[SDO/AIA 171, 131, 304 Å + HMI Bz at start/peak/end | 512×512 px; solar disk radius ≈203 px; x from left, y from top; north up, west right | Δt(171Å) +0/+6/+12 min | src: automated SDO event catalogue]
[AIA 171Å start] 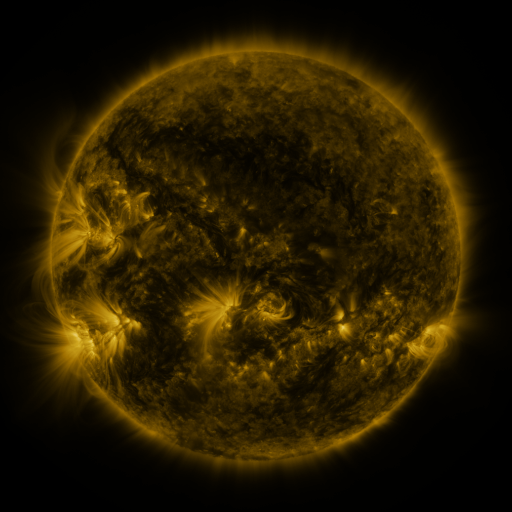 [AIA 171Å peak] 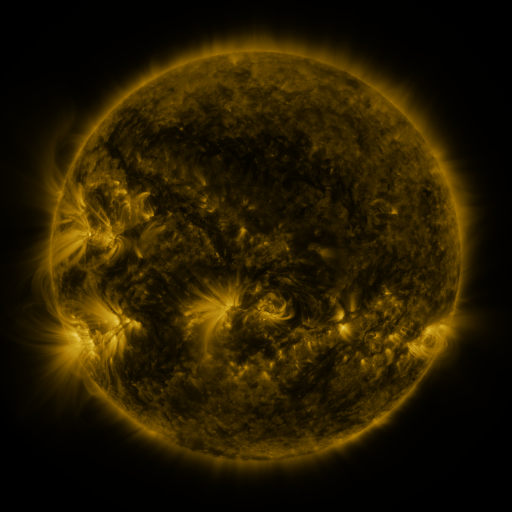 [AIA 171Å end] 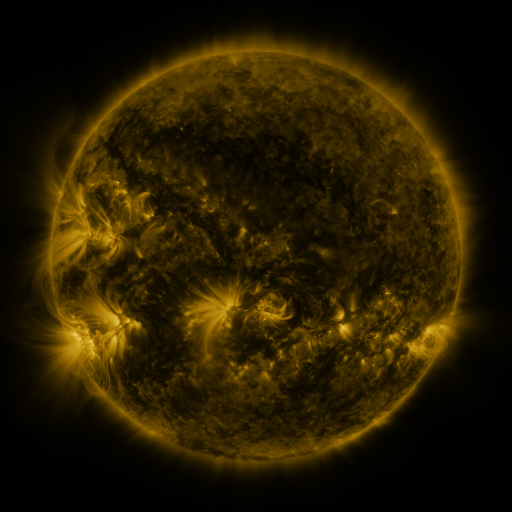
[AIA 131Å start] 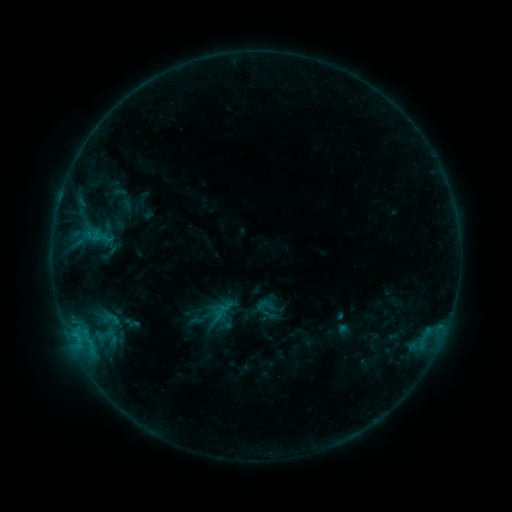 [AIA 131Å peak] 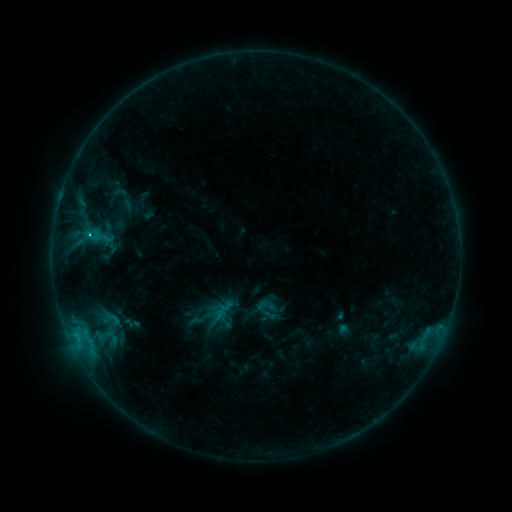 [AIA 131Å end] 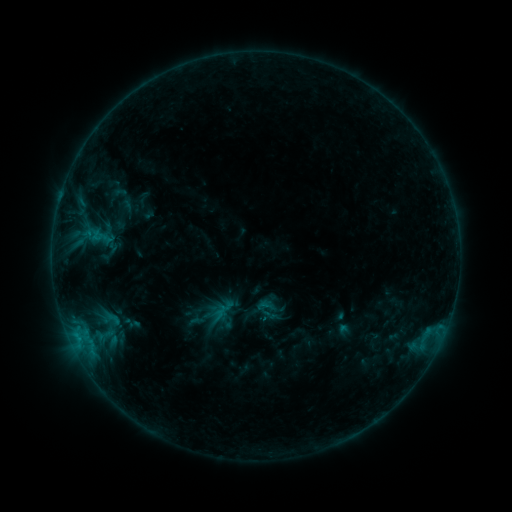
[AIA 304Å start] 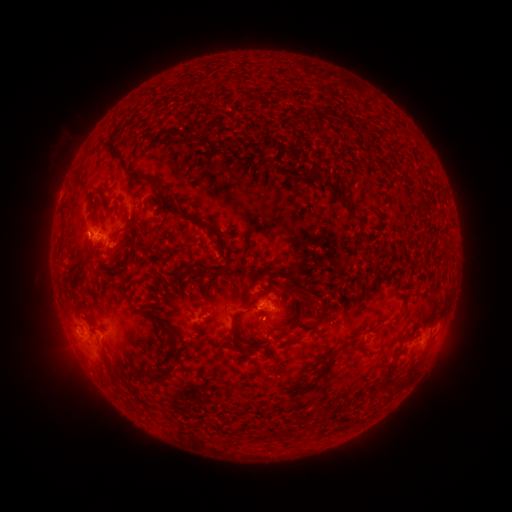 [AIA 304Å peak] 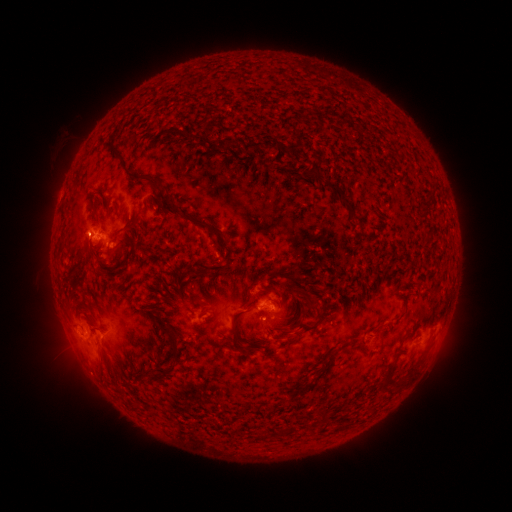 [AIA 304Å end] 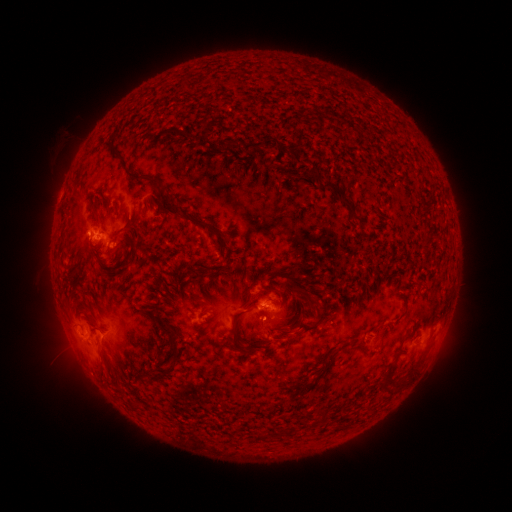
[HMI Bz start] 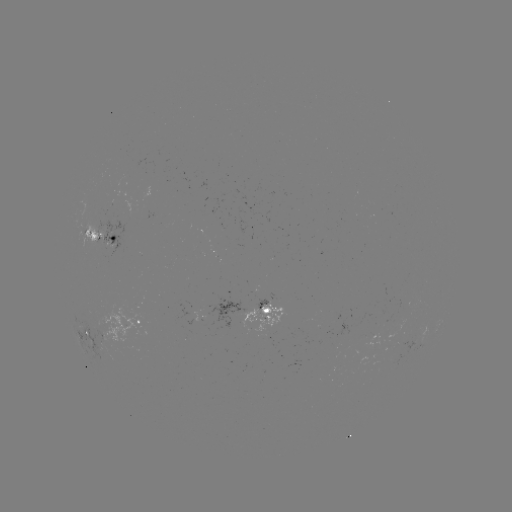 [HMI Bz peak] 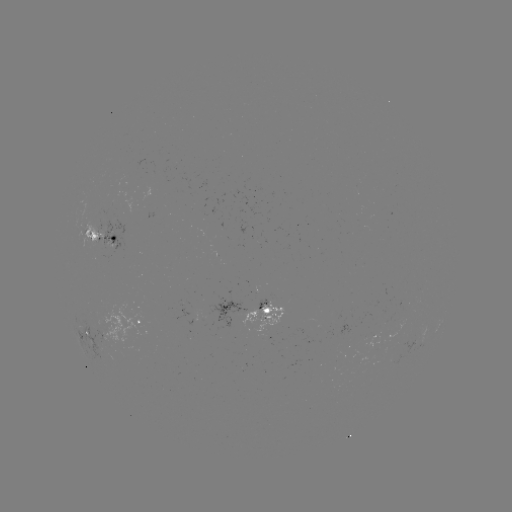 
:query B8.2 flare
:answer [91, 235]